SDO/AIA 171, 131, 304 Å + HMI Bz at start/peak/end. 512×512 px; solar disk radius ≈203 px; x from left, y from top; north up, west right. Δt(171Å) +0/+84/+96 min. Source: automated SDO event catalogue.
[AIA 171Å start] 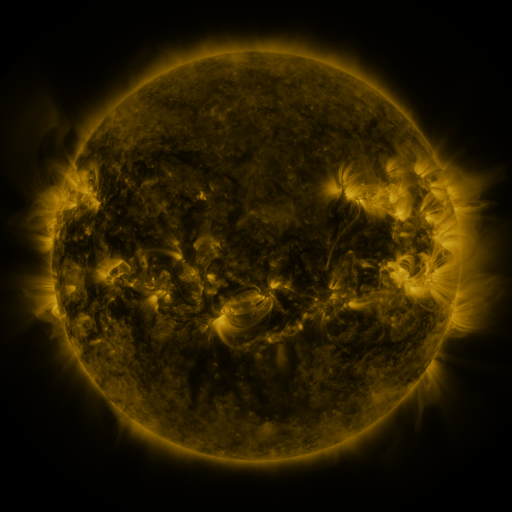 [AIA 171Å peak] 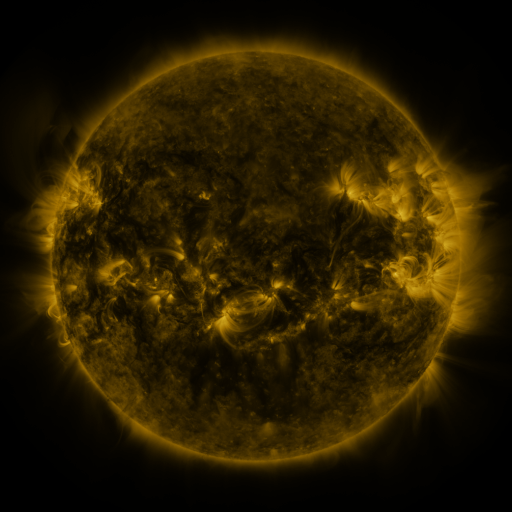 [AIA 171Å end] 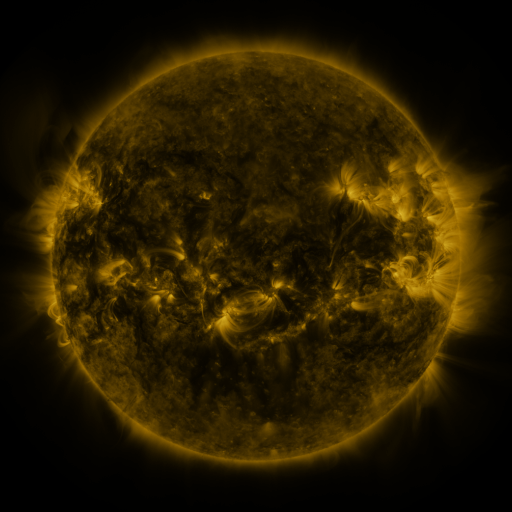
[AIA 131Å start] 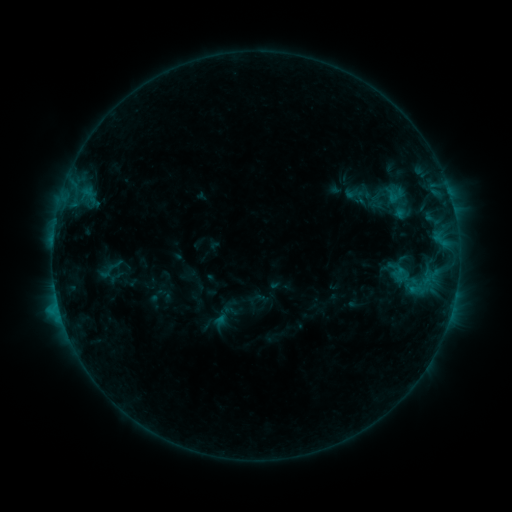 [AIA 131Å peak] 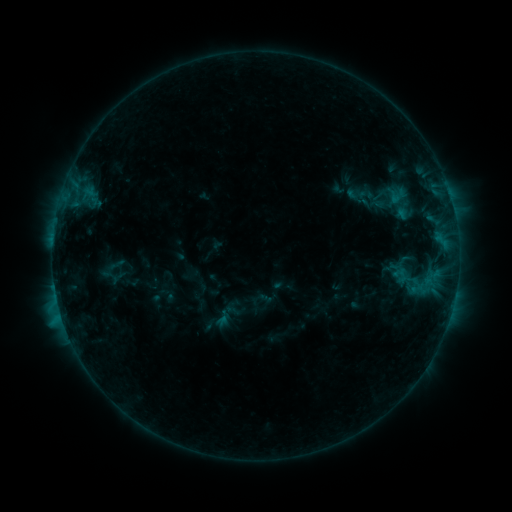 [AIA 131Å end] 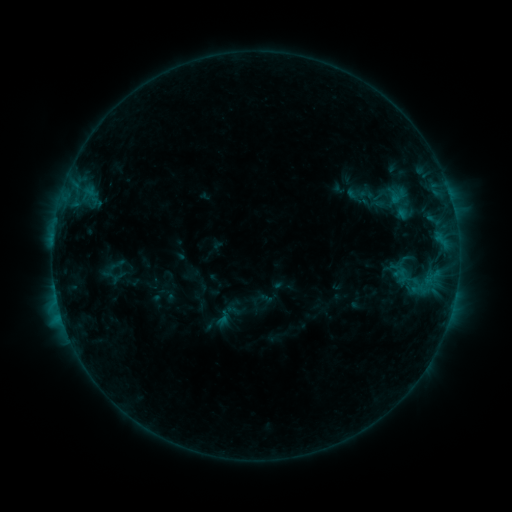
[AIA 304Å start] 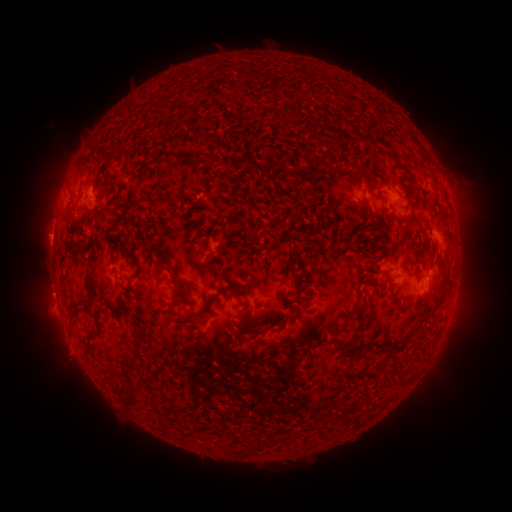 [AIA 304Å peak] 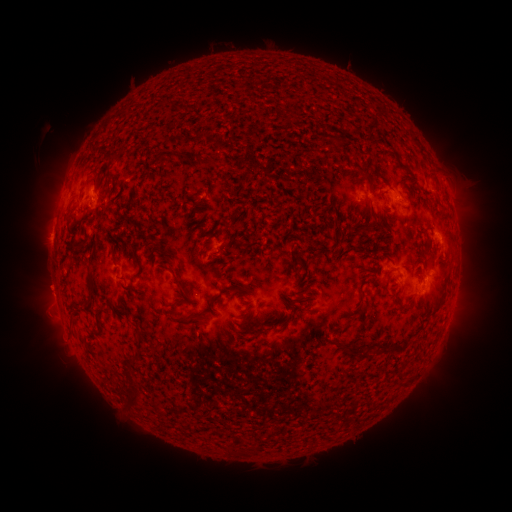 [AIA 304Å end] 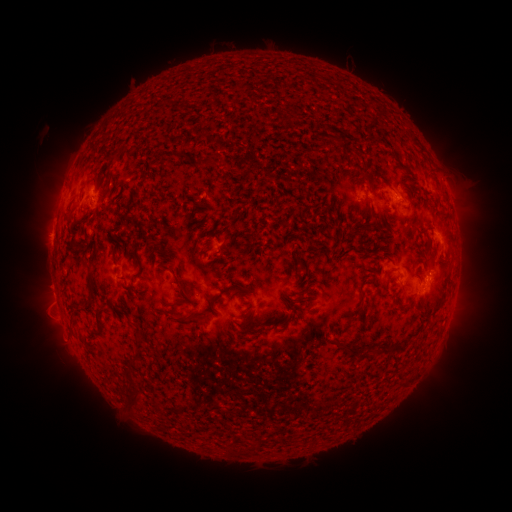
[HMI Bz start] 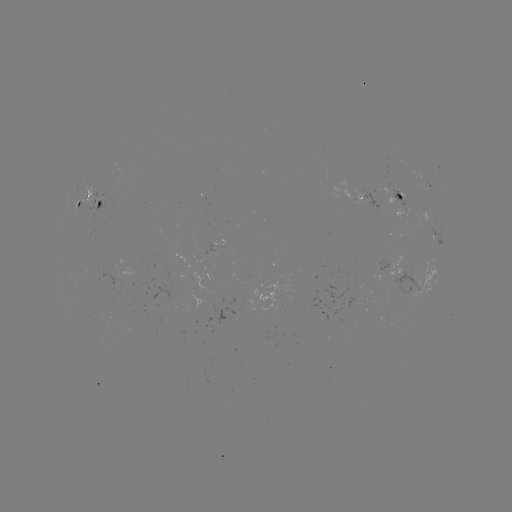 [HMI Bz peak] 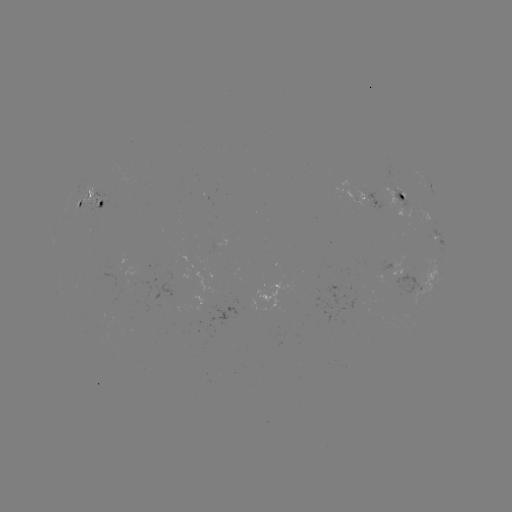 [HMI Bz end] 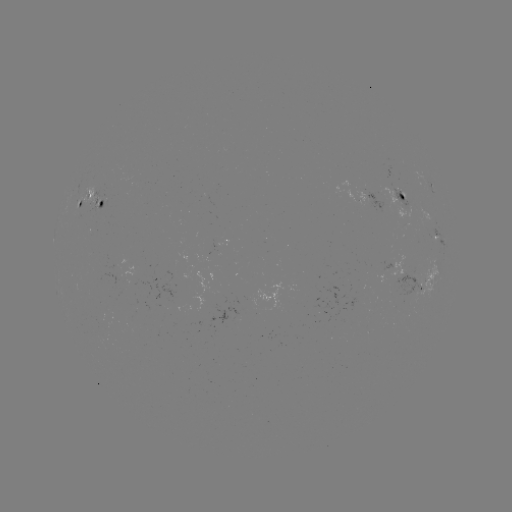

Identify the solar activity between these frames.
emerging-flux region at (95, 194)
